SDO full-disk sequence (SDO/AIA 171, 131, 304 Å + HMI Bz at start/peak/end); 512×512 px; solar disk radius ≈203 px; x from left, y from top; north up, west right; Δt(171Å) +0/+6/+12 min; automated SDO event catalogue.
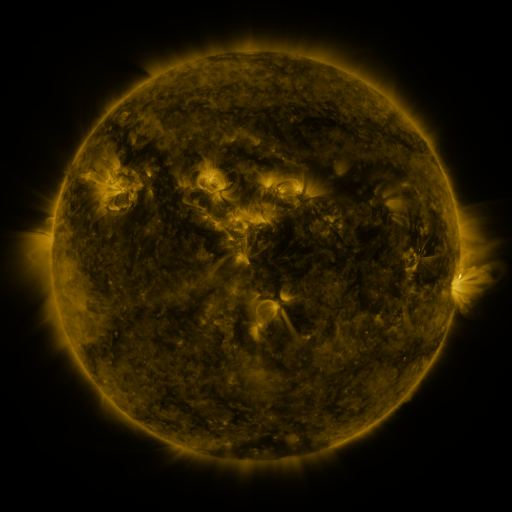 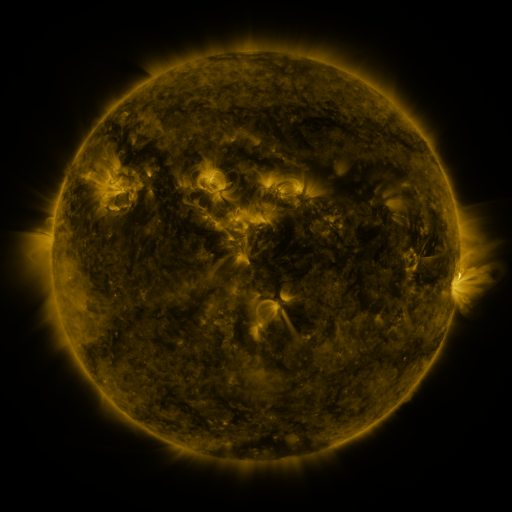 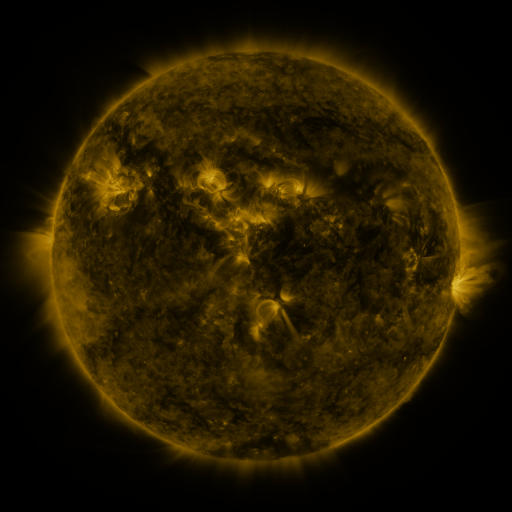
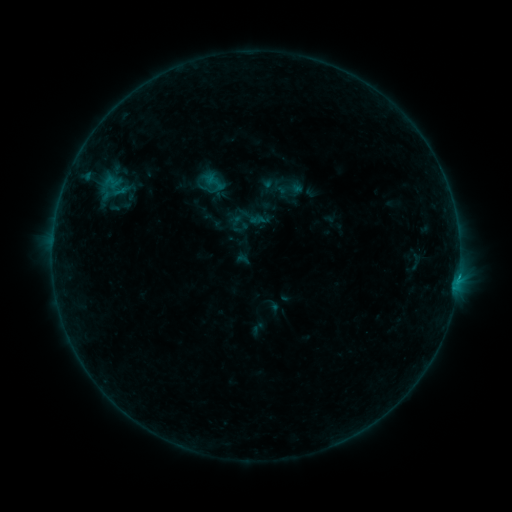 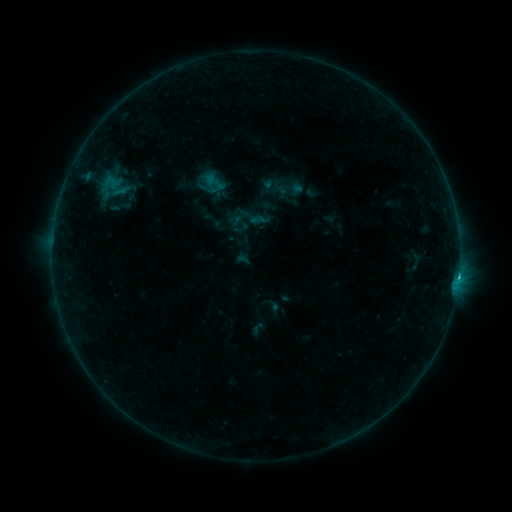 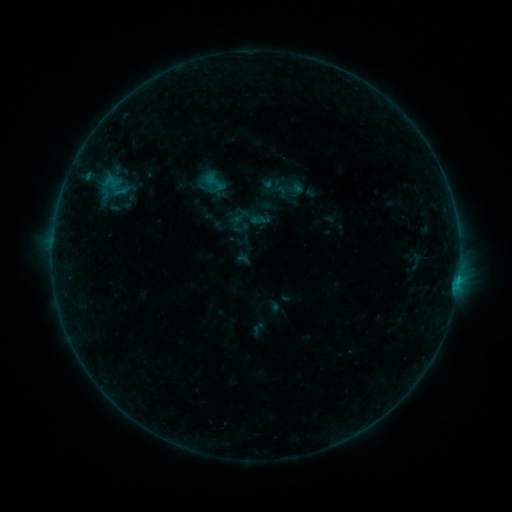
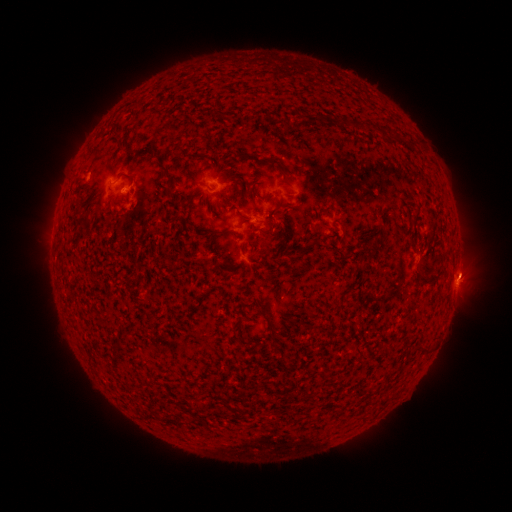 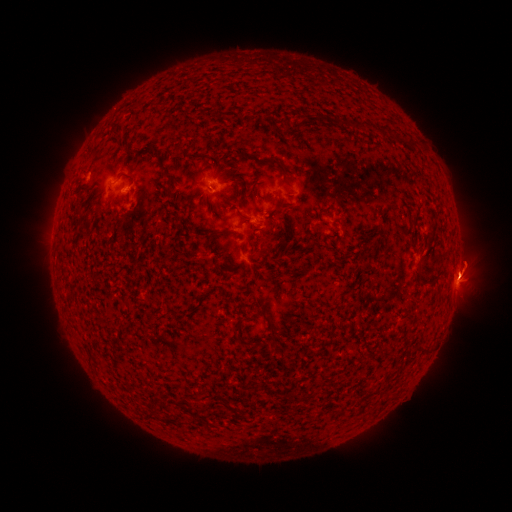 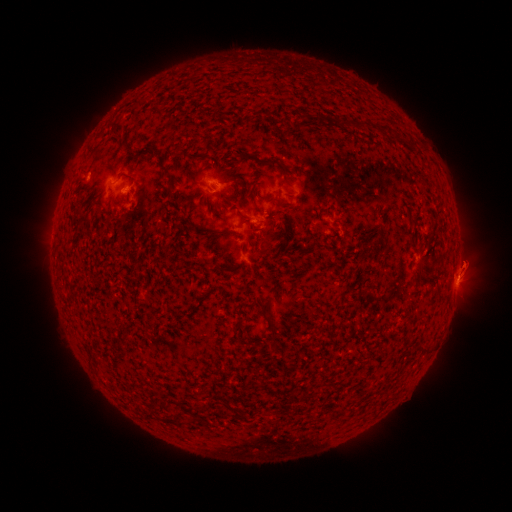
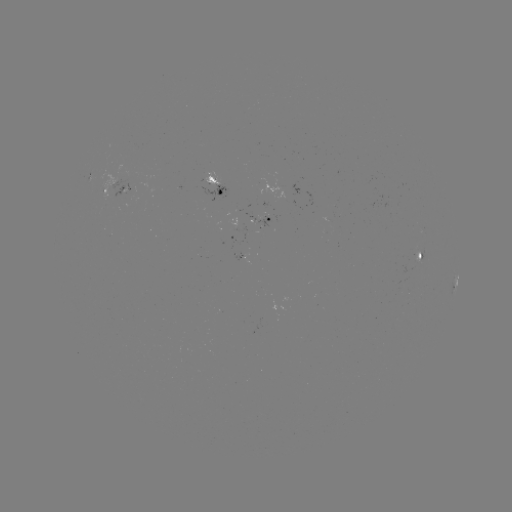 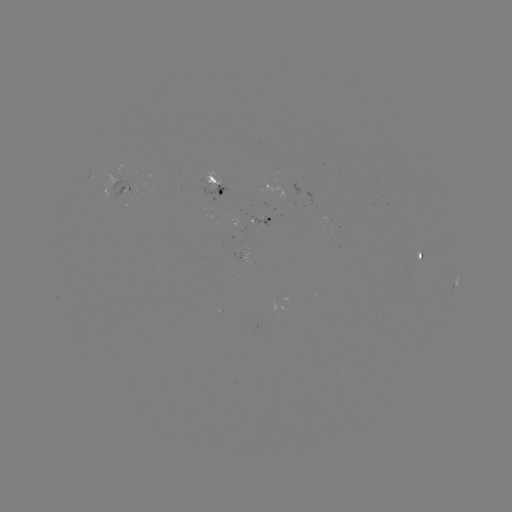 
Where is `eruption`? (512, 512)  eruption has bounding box [437, 234, 496, 320].